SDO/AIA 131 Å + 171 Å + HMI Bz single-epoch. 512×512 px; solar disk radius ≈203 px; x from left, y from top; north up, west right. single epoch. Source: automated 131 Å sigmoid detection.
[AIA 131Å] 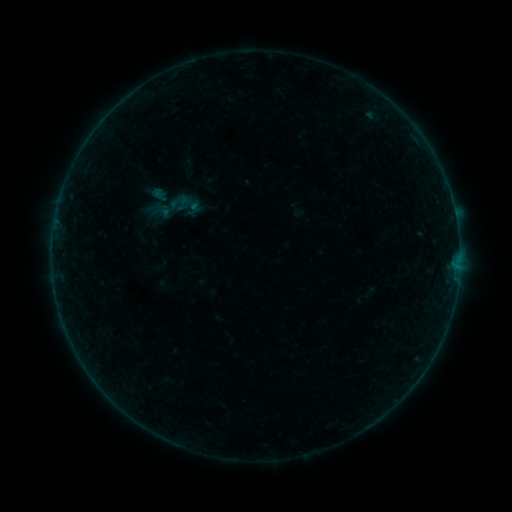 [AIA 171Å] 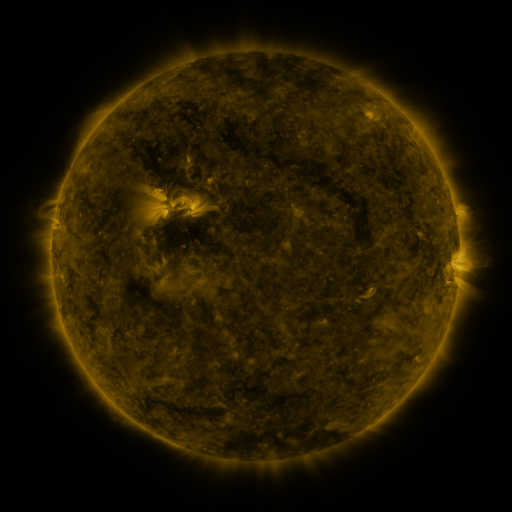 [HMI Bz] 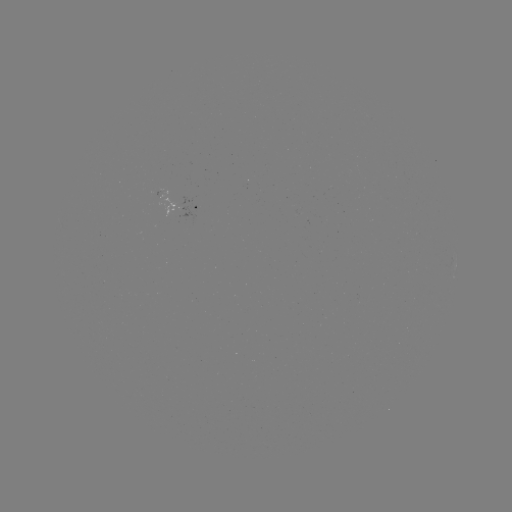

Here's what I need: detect sigmoid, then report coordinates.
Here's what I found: sigmoid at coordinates (175, 207).